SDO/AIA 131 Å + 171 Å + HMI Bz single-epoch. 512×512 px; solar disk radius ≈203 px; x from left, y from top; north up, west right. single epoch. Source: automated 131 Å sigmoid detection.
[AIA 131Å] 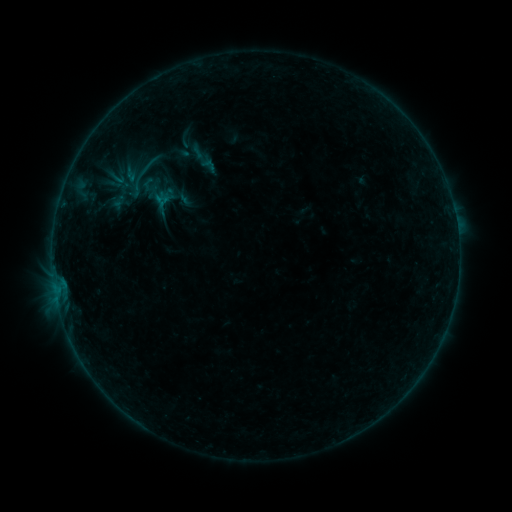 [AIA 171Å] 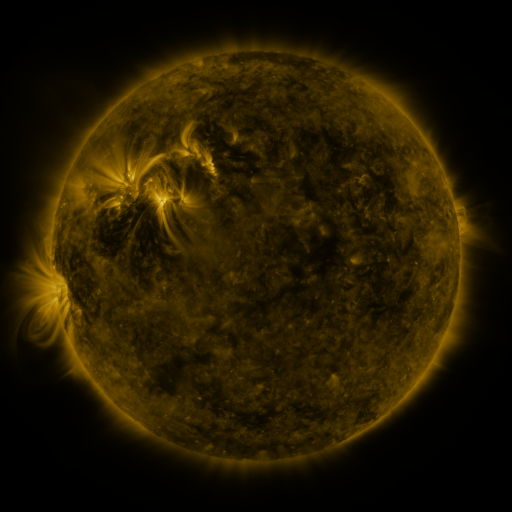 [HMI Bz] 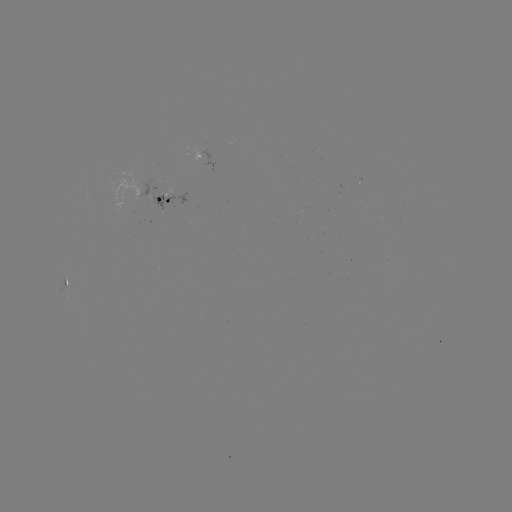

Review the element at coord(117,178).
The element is sigmoid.